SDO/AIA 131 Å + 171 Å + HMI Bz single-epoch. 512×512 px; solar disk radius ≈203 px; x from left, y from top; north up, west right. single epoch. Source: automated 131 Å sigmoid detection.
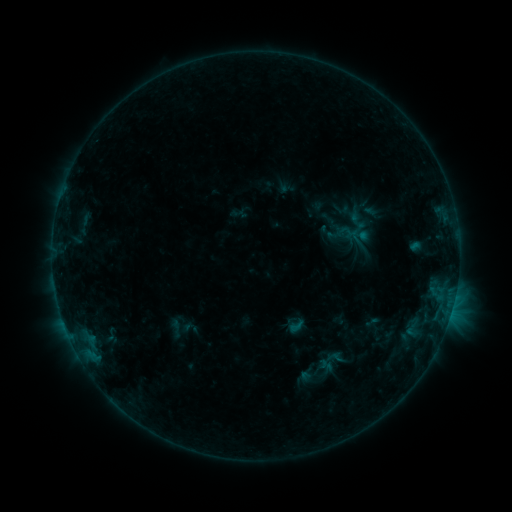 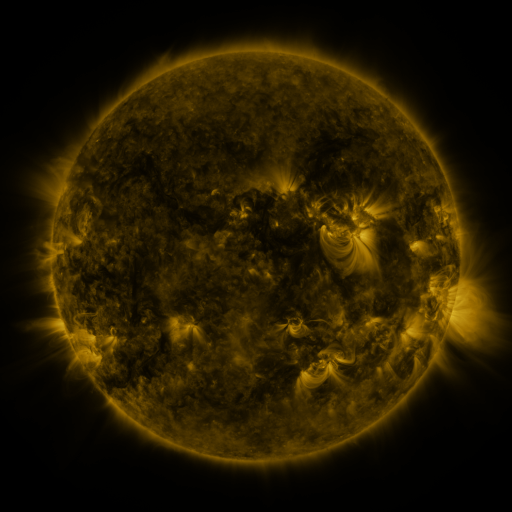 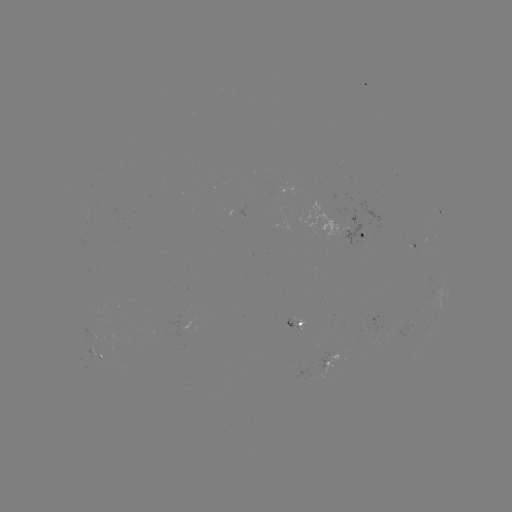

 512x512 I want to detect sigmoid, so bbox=[287, 317, 305, 335].